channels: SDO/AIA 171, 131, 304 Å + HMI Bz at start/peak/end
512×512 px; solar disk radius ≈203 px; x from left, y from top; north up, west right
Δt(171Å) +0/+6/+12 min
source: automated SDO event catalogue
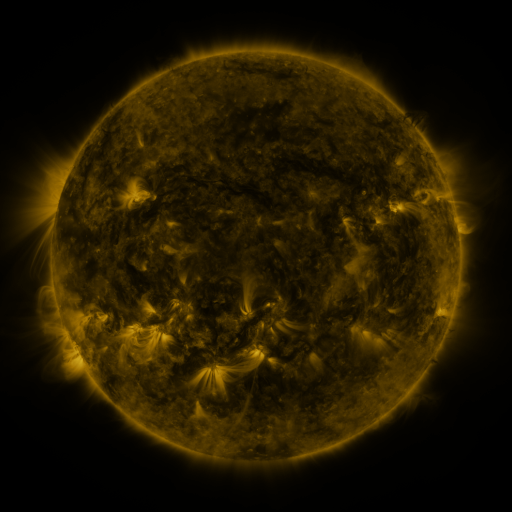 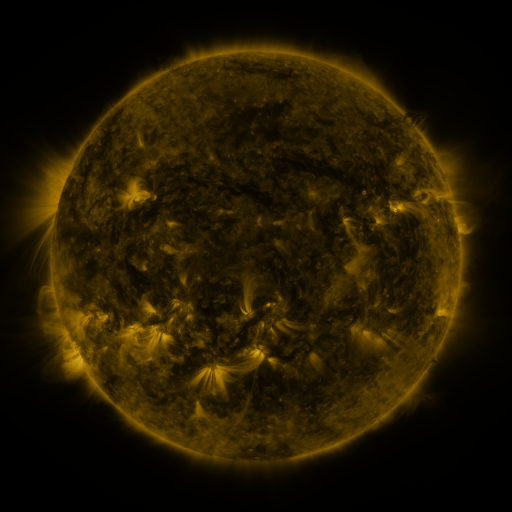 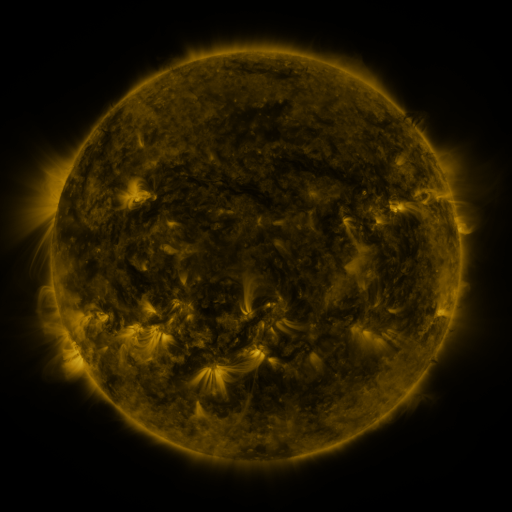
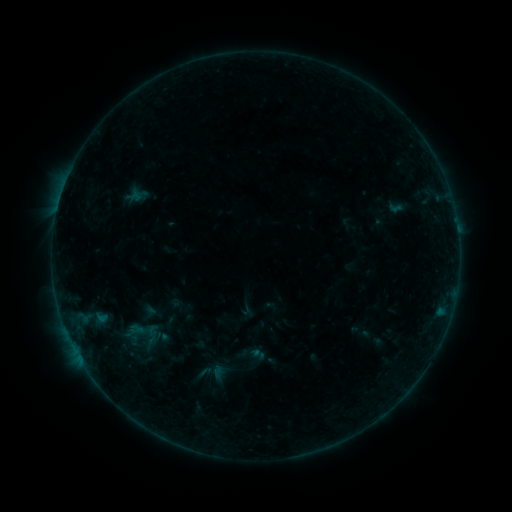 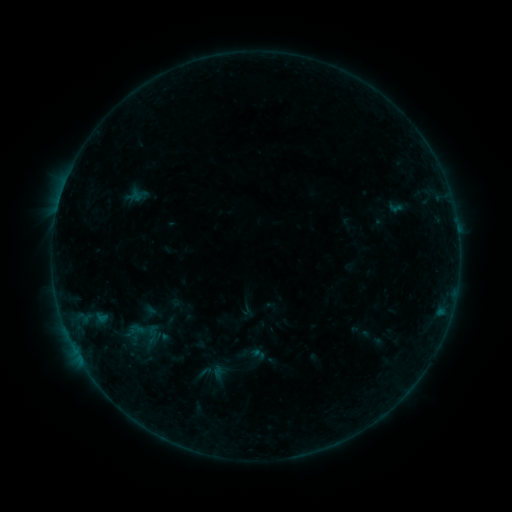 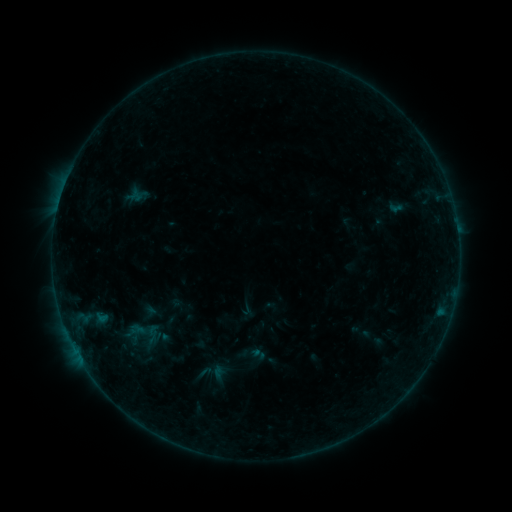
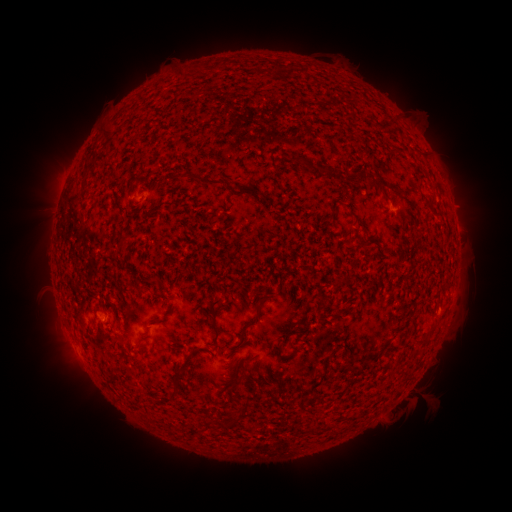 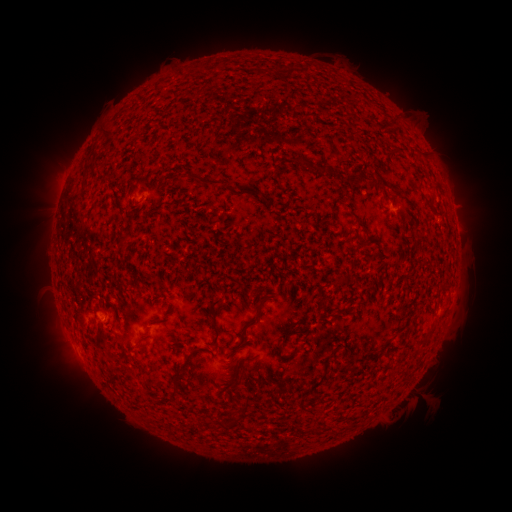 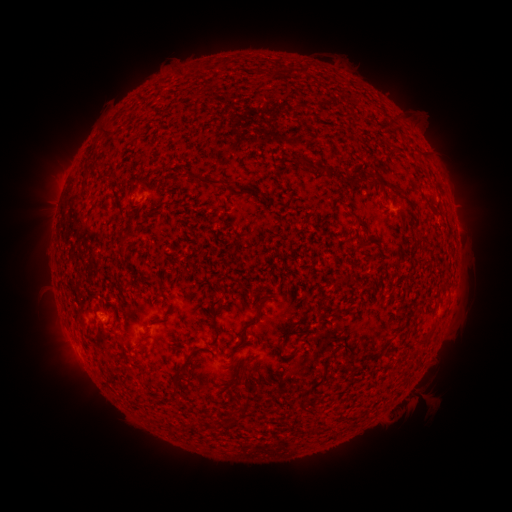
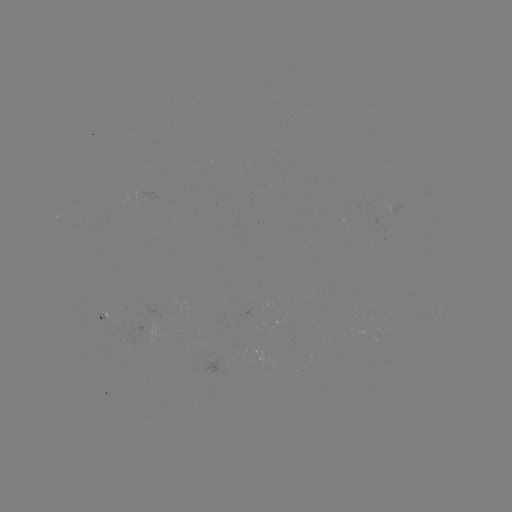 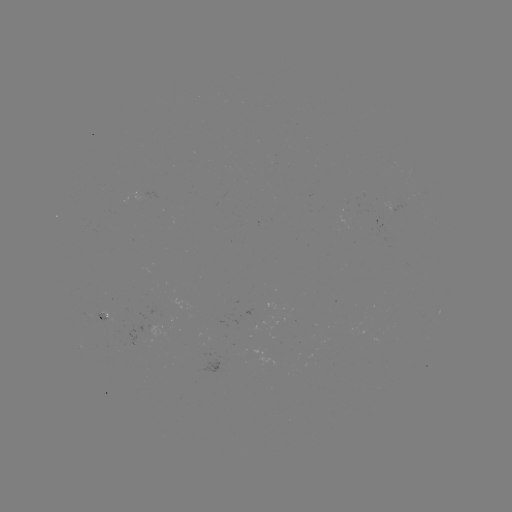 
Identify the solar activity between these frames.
no classed flare was catalogued and no EUV brightening was flagged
